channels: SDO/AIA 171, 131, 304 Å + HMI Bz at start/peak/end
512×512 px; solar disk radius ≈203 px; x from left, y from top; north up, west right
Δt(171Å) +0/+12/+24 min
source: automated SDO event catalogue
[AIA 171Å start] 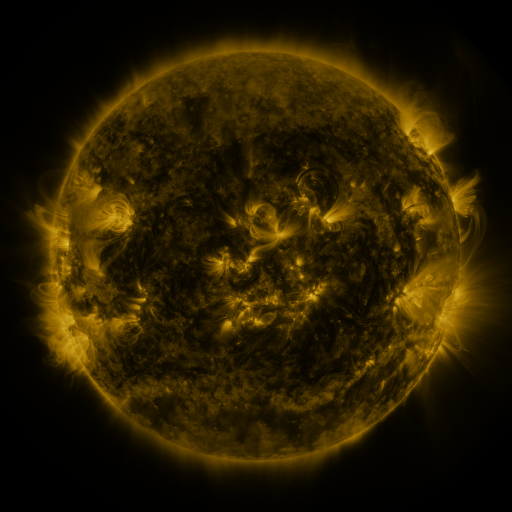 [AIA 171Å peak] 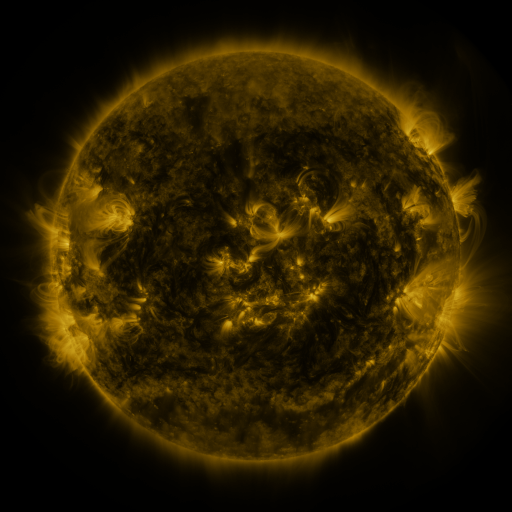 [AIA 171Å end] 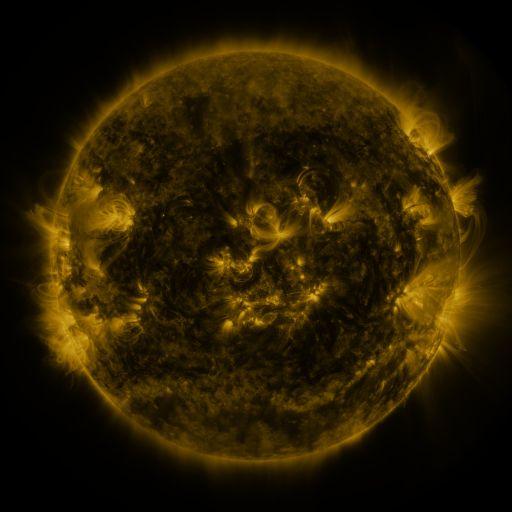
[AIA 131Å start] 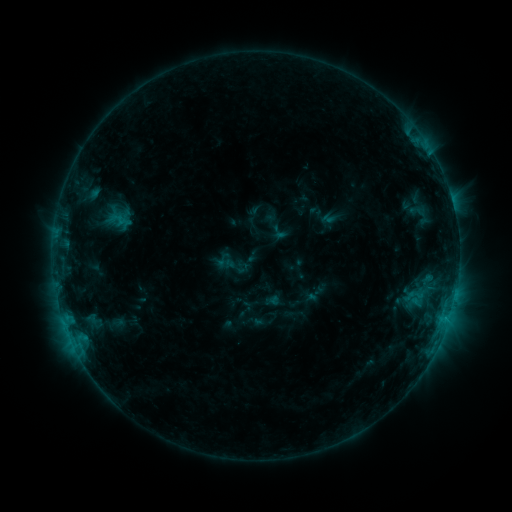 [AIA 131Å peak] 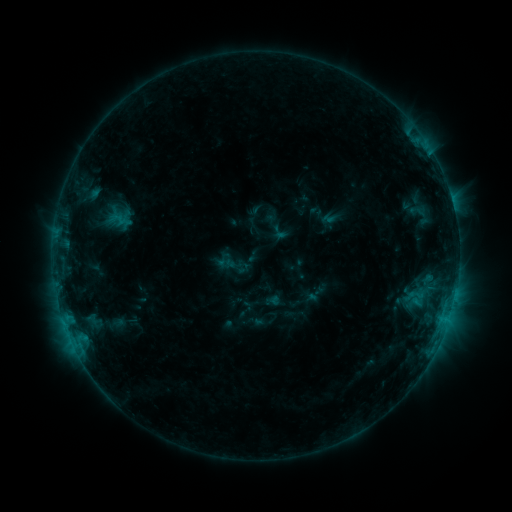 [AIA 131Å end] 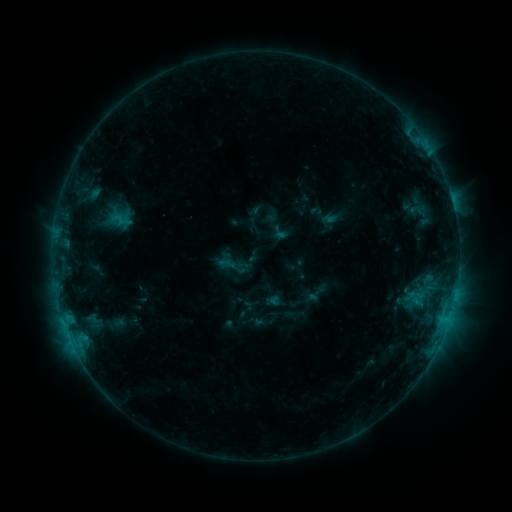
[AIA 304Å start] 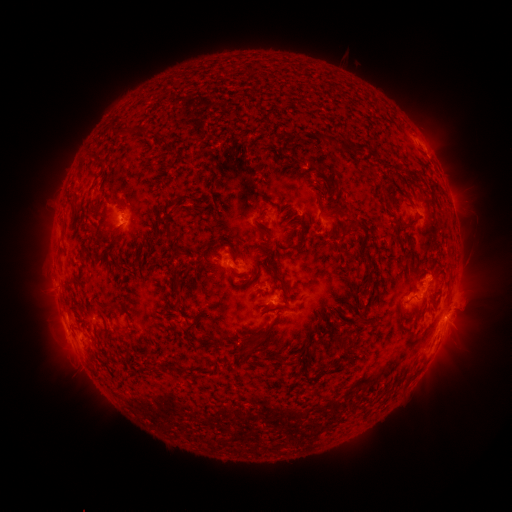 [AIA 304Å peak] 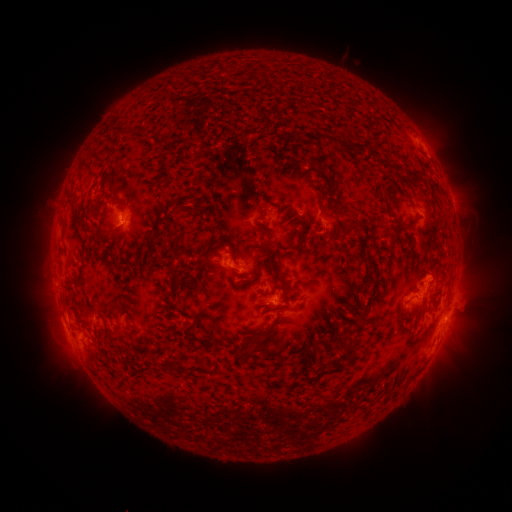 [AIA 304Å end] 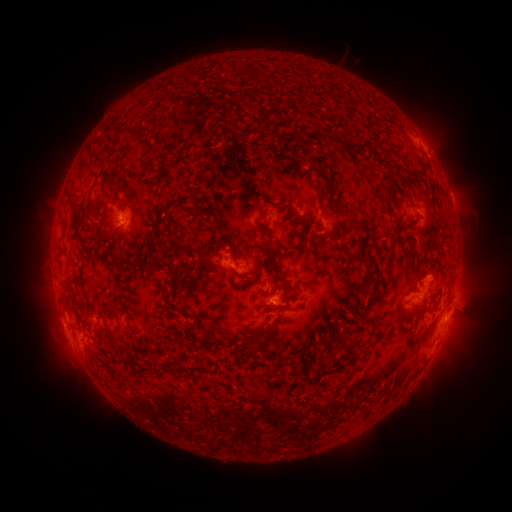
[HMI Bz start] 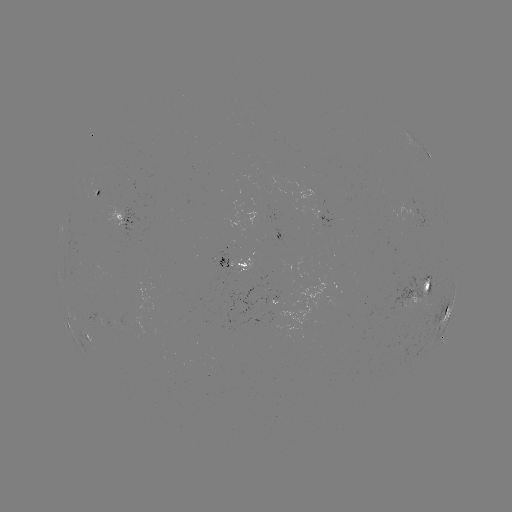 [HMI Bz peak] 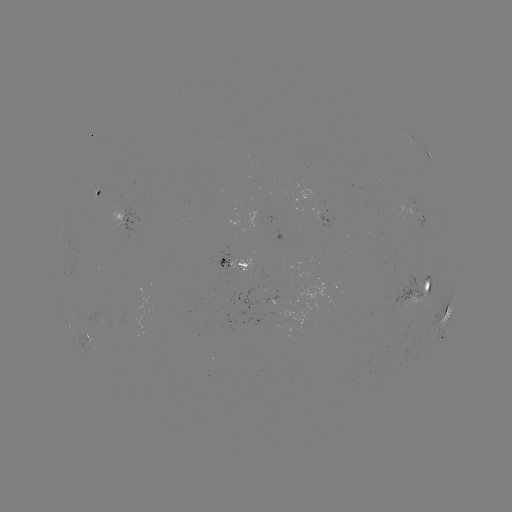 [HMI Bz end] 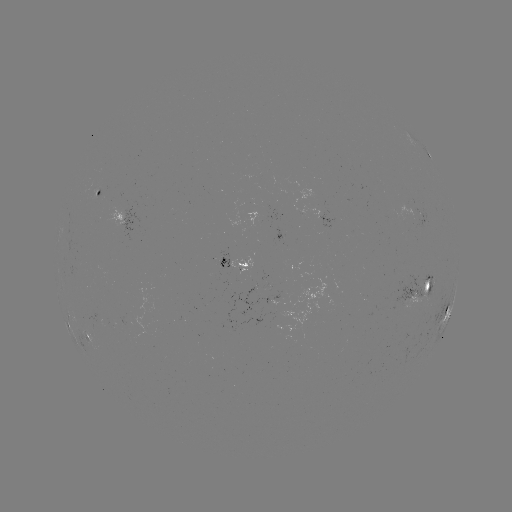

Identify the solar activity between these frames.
no flare in any classed list; no EUV-trigger detection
